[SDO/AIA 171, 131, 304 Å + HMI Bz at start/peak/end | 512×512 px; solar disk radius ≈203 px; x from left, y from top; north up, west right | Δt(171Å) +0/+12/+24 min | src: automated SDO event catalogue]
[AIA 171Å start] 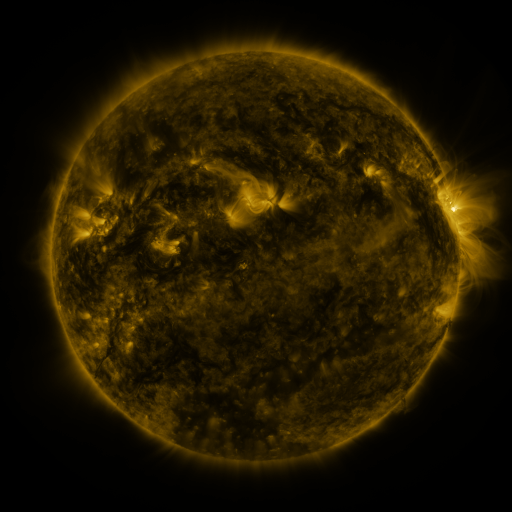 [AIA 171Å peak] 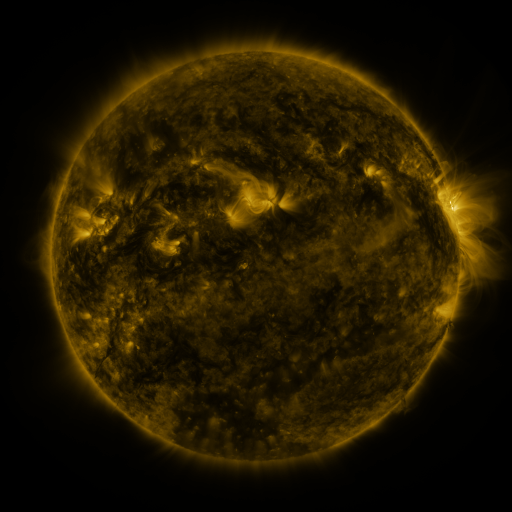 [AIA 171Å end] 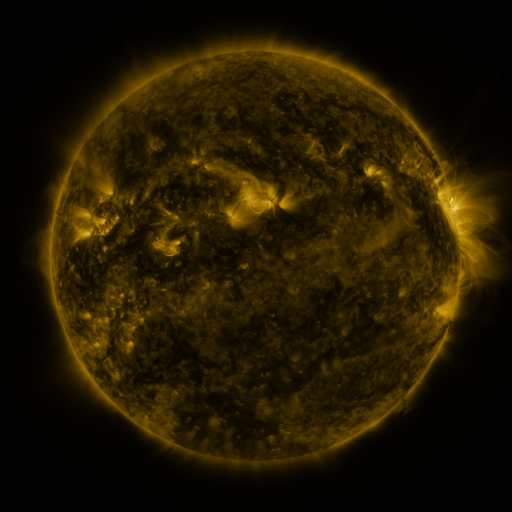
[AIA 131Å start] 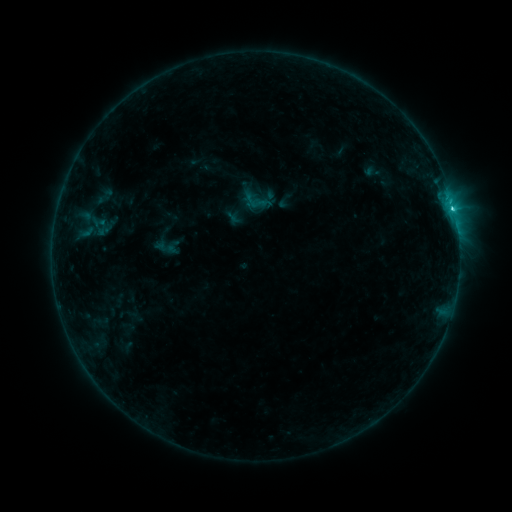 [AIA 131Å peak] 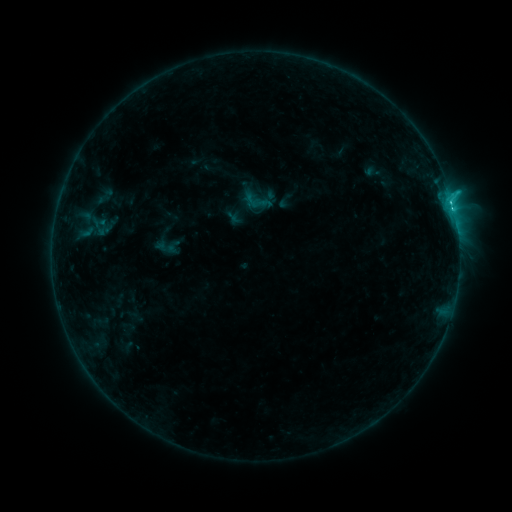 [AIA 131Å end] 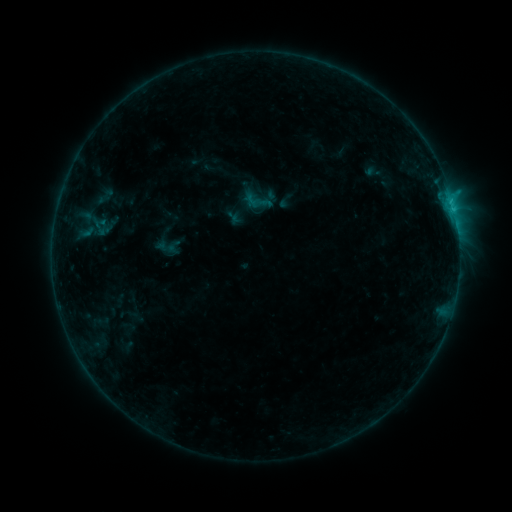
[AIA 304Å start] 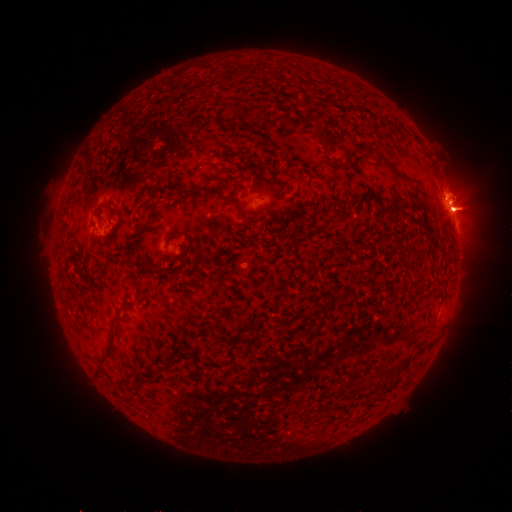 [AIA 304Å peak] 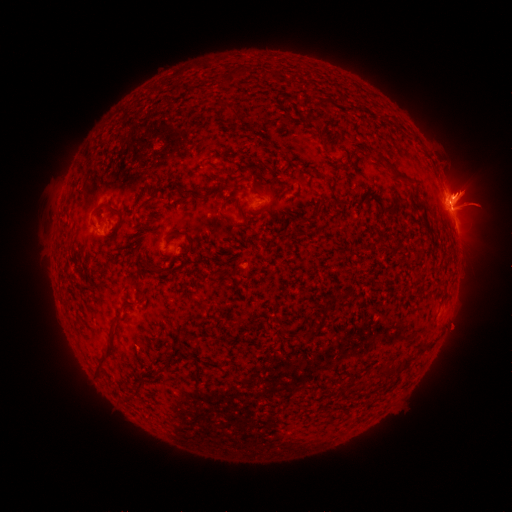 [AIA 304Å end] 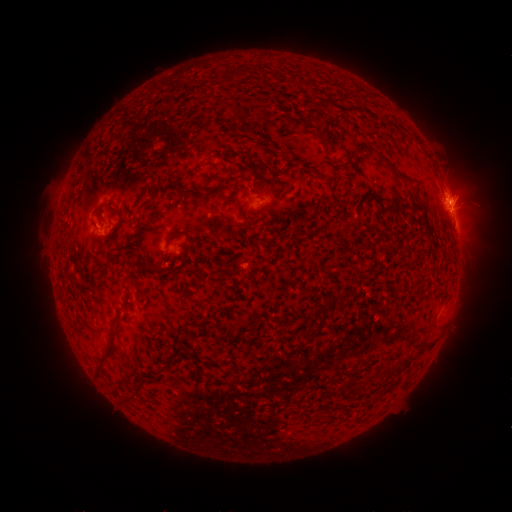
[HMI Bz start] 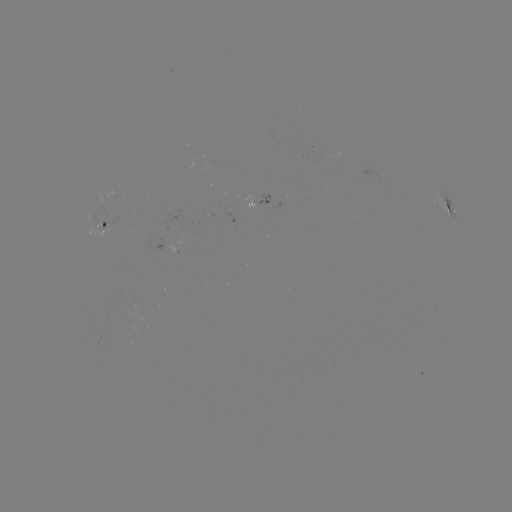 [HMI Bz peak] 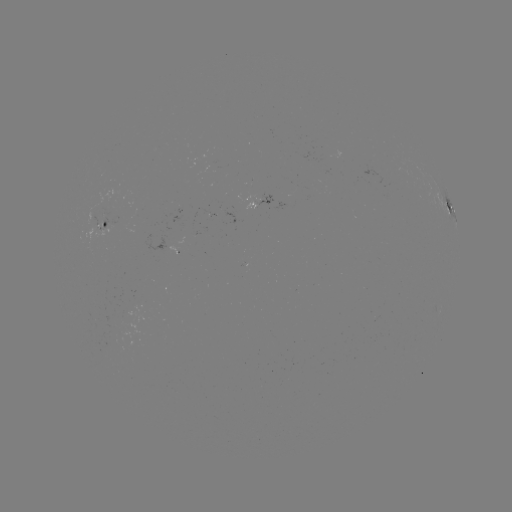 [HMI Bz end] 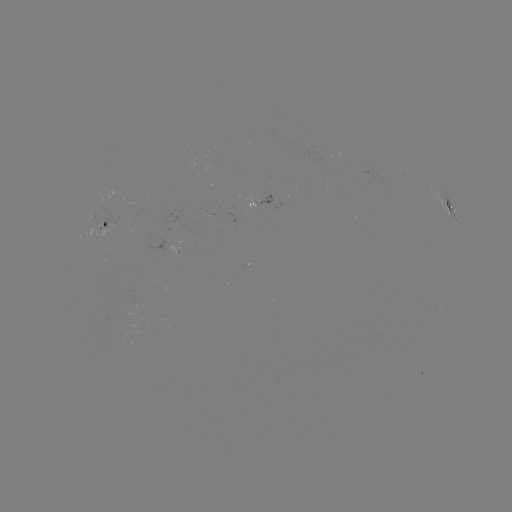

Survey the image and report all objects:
eruption: (461, 194)
